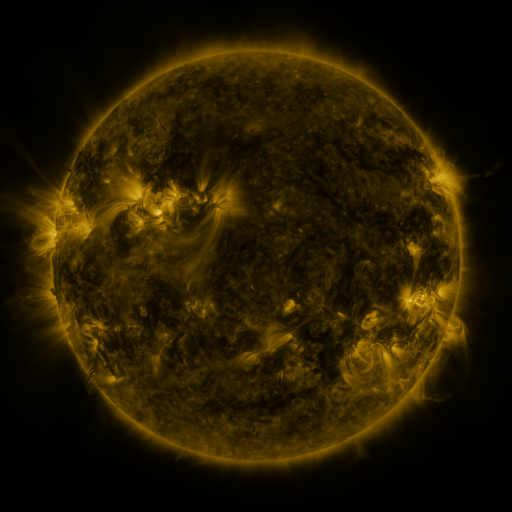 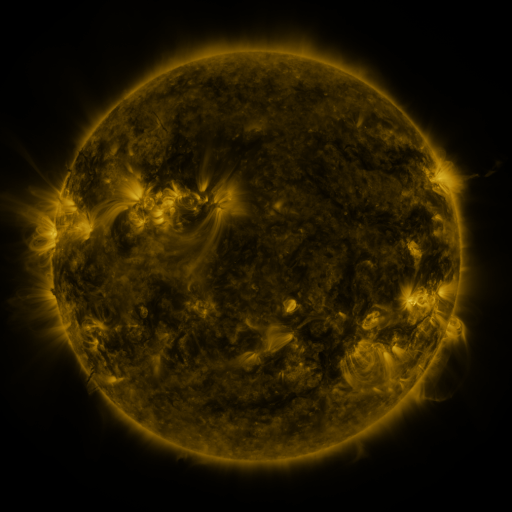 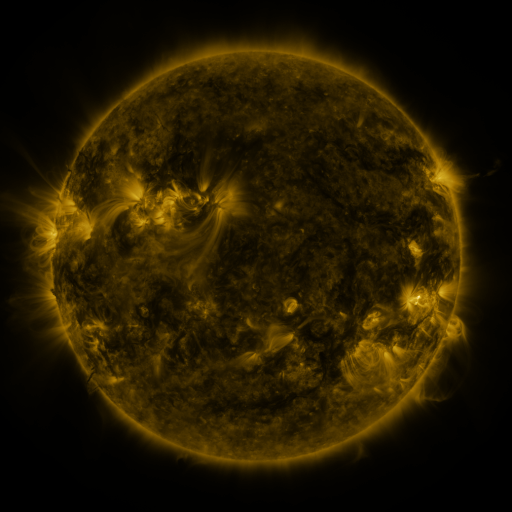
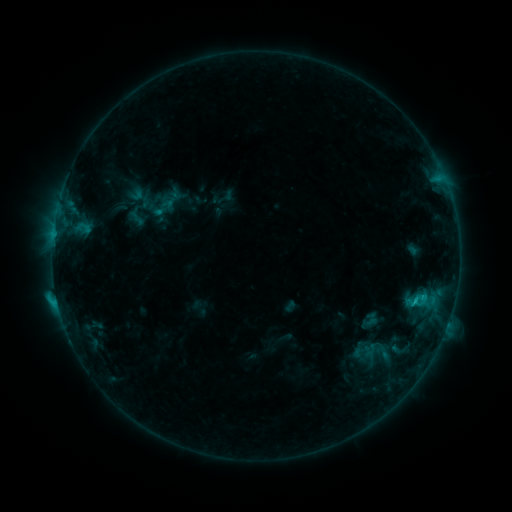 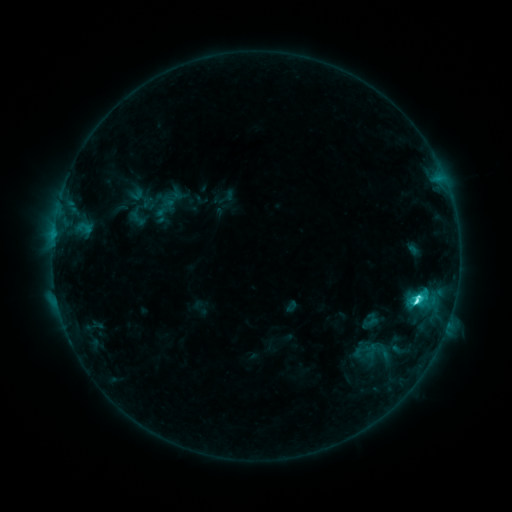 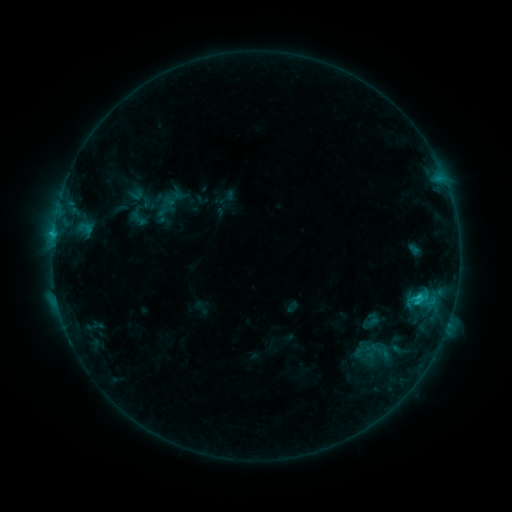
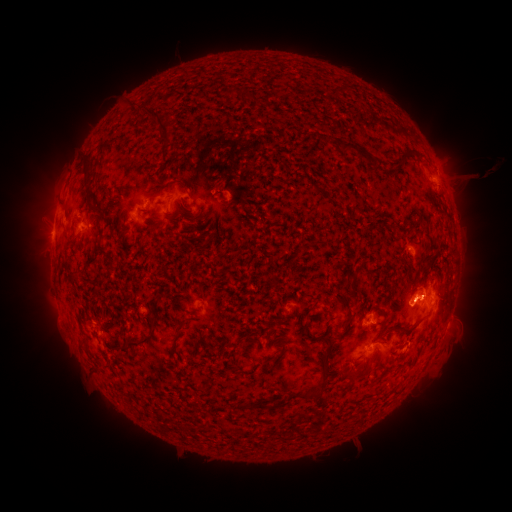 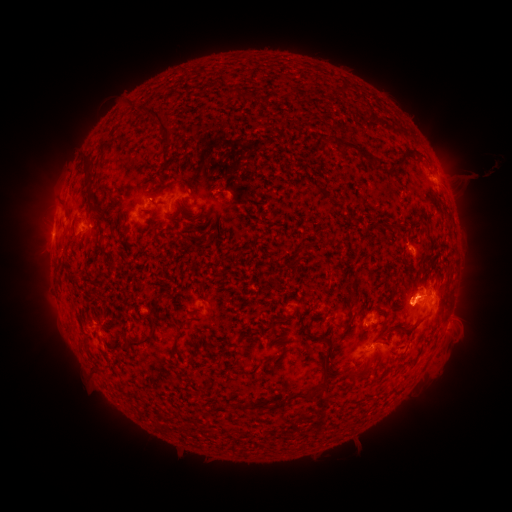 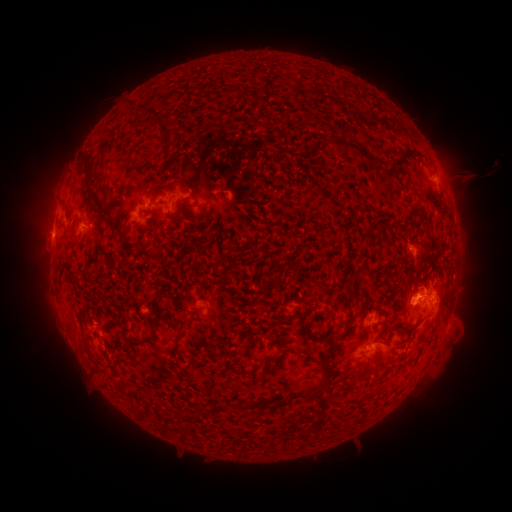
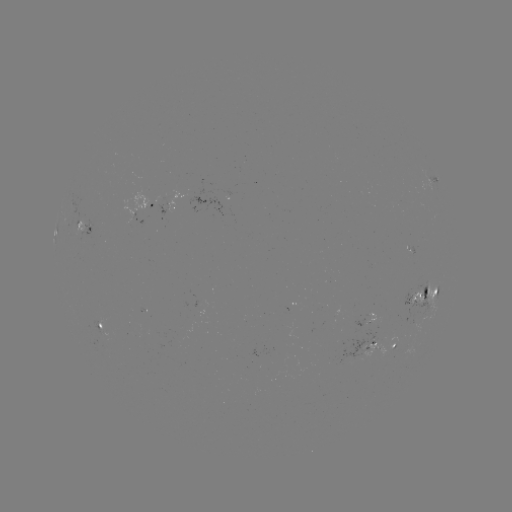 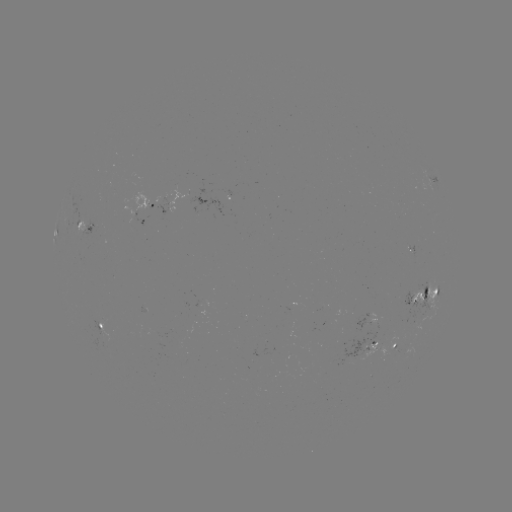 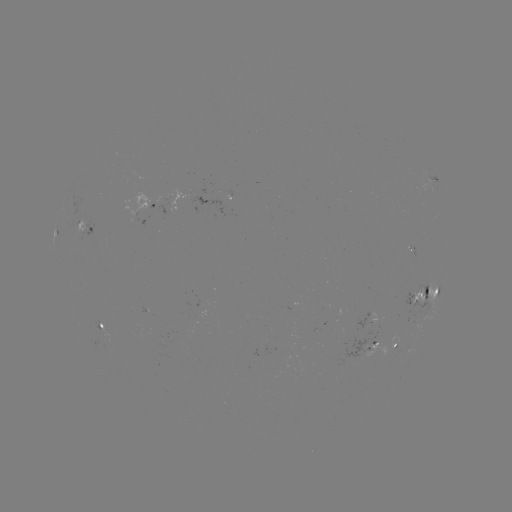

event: flare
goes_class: C4.8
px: (416, 299)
